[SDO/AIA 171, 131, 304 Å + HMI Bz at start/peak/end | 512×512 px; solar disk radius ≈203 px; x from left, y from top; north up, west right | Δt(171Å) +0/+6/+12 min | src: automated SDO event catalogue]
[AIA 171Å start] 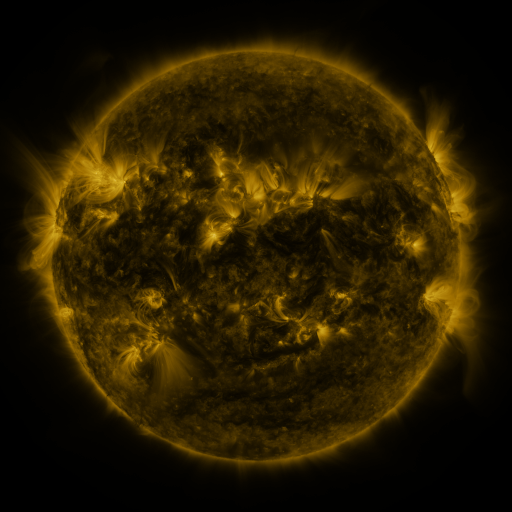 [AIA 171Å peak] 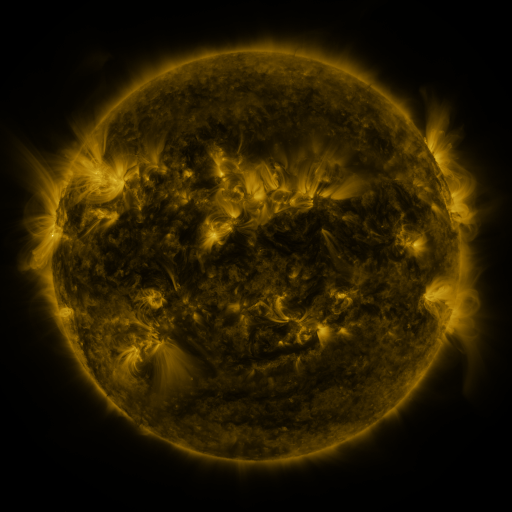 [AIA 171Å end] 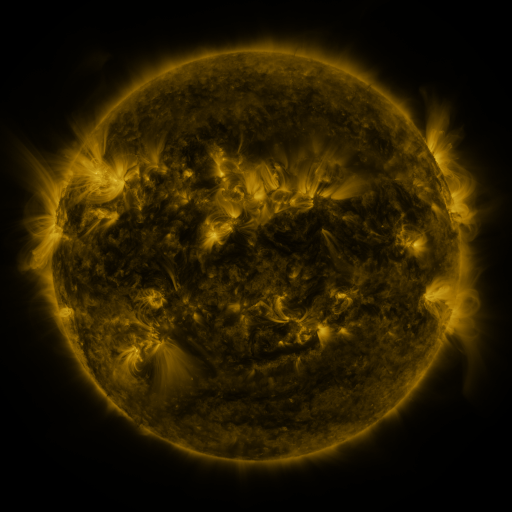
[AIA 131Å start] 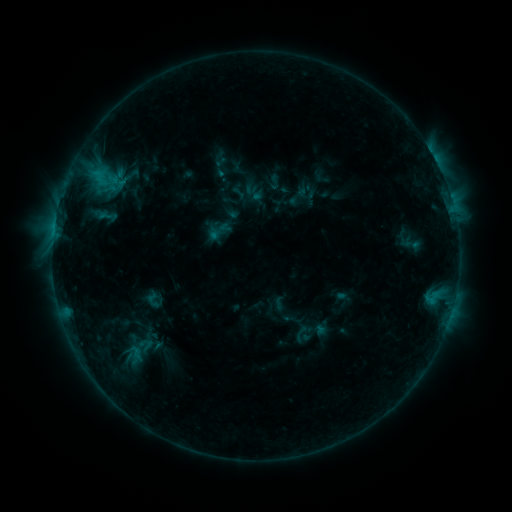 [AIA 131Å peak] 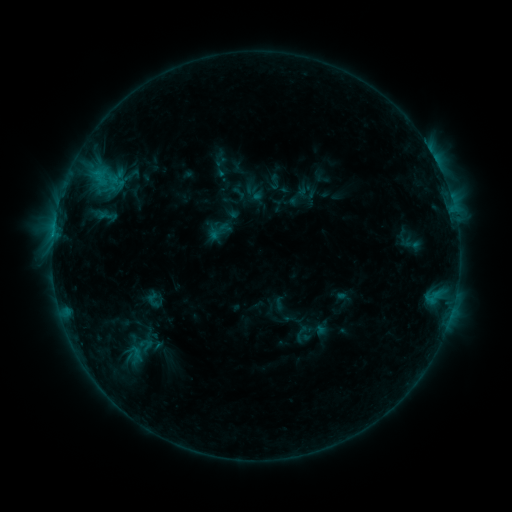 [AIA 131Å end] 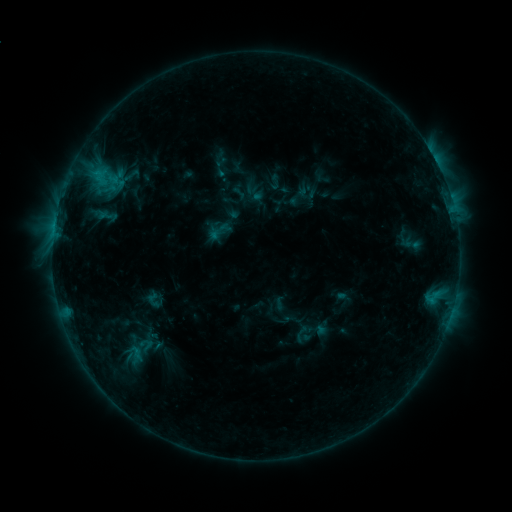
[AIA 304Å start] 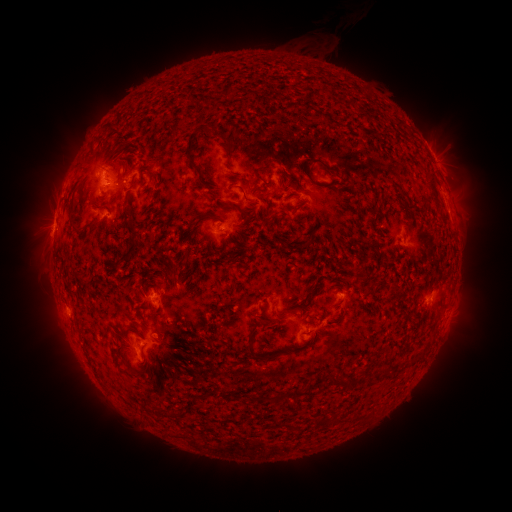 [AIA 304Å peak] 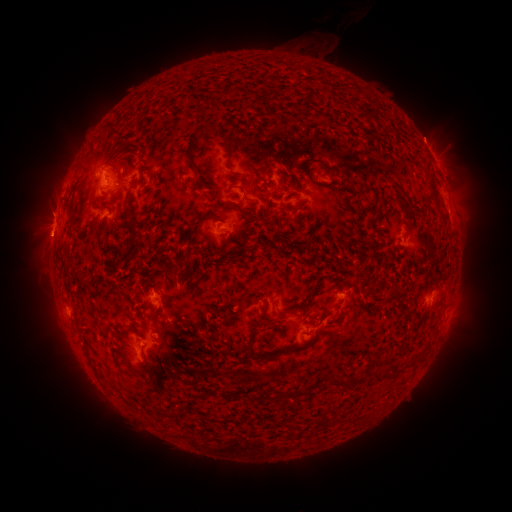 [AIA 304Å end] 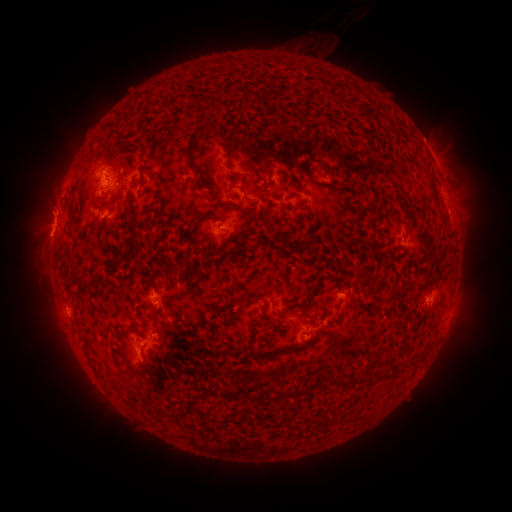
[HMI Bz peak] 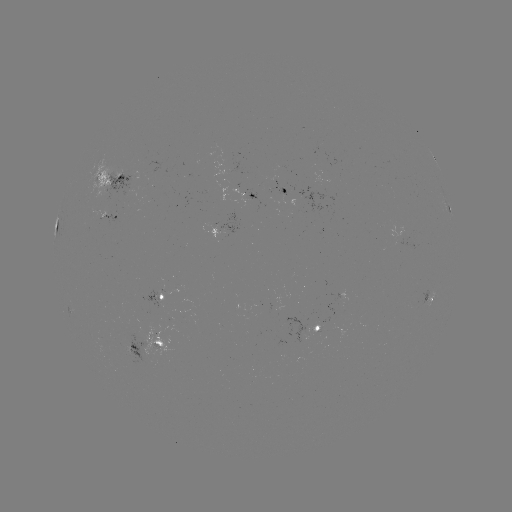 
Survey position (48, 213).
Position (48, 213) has eruption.